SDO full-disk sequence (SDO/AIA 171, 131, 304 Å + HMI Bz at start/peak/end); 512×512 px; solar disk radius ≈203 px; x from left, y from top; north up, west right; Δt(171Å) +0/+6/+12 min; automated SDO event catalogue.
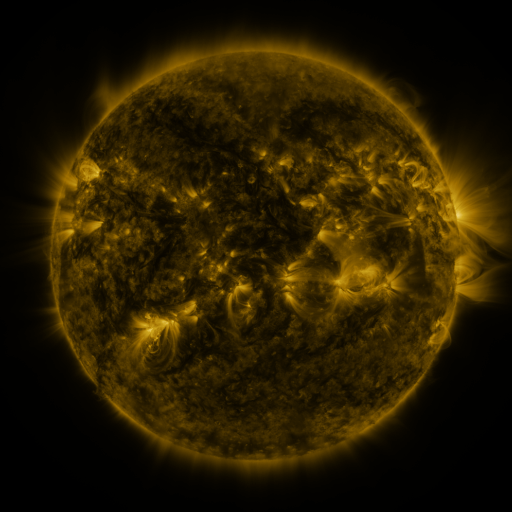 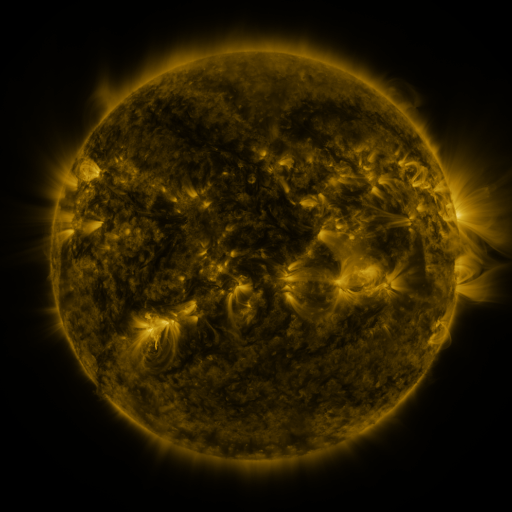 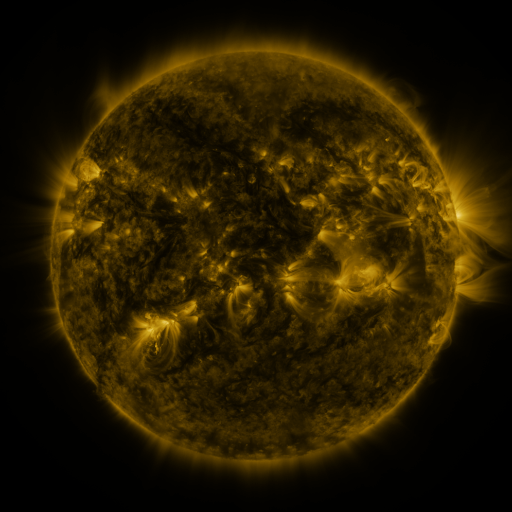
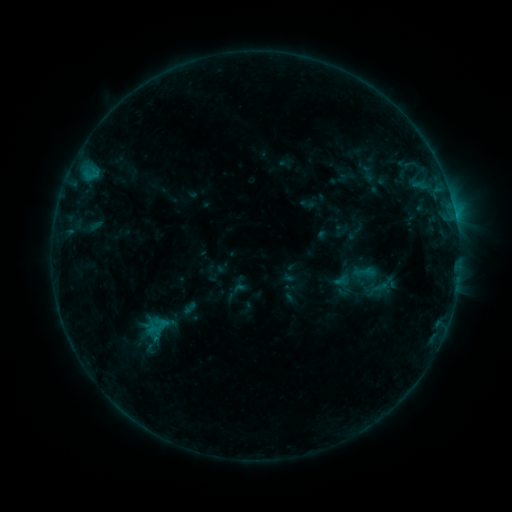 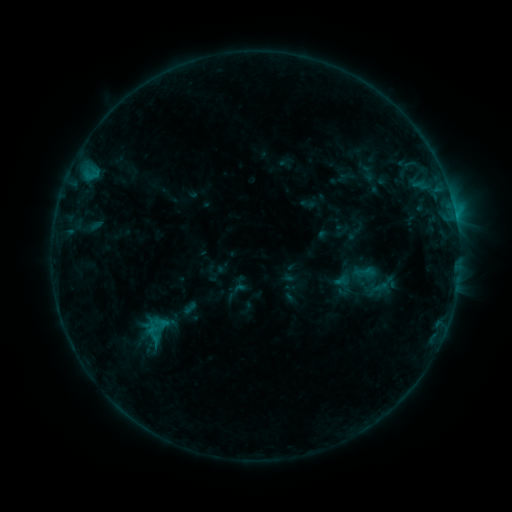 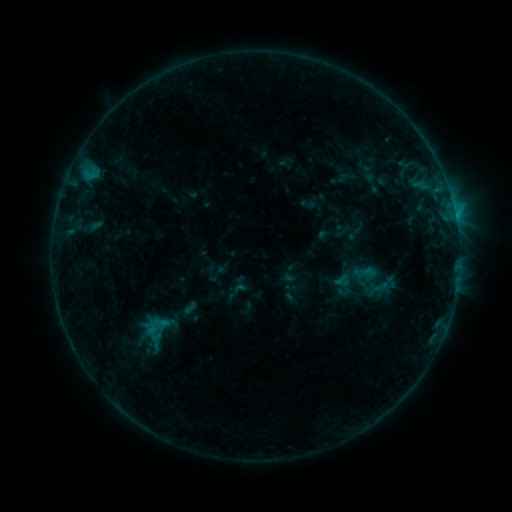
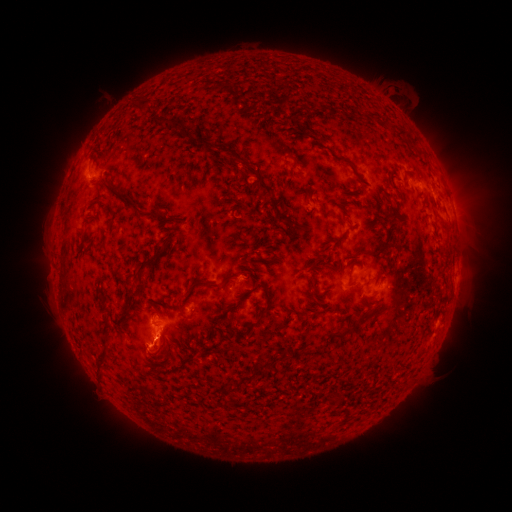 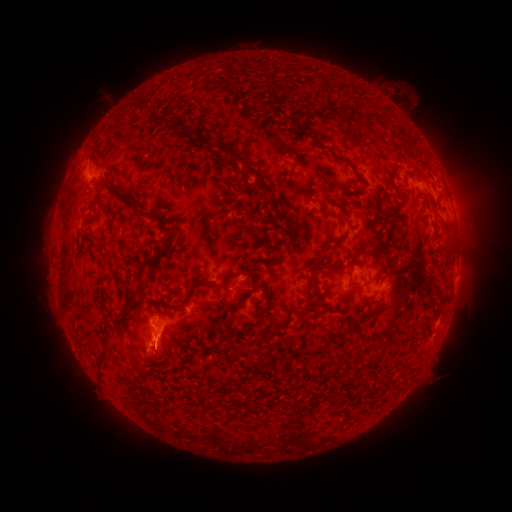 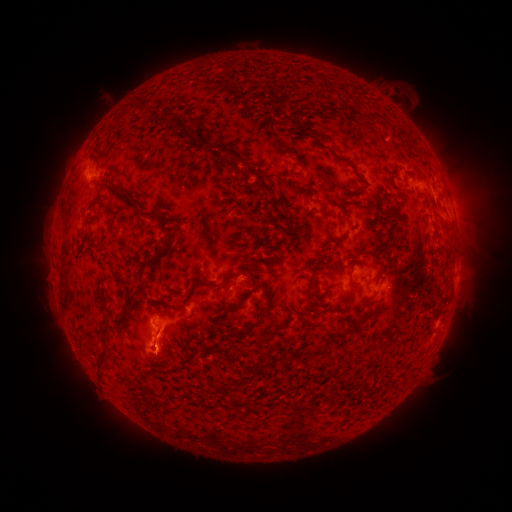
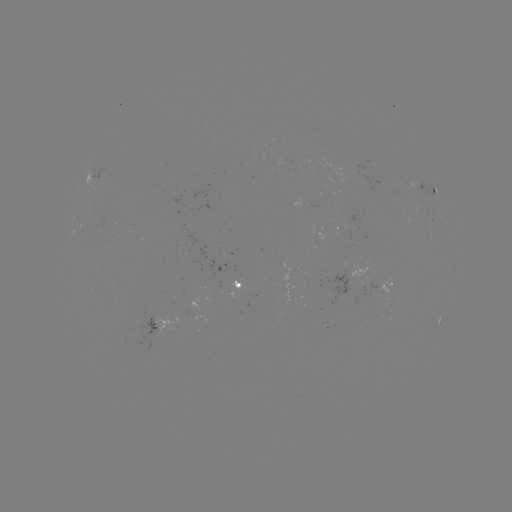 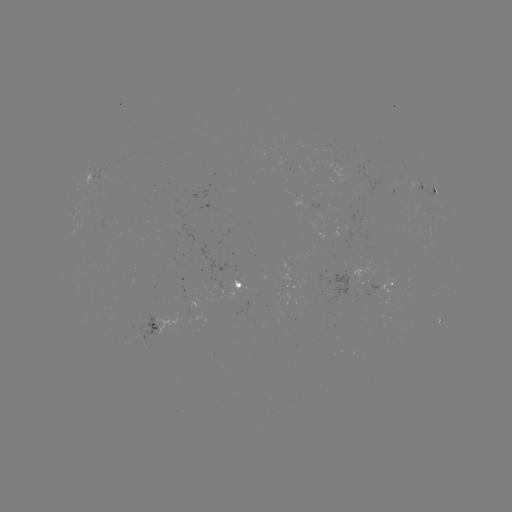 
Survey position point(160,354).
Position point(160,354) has eruption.